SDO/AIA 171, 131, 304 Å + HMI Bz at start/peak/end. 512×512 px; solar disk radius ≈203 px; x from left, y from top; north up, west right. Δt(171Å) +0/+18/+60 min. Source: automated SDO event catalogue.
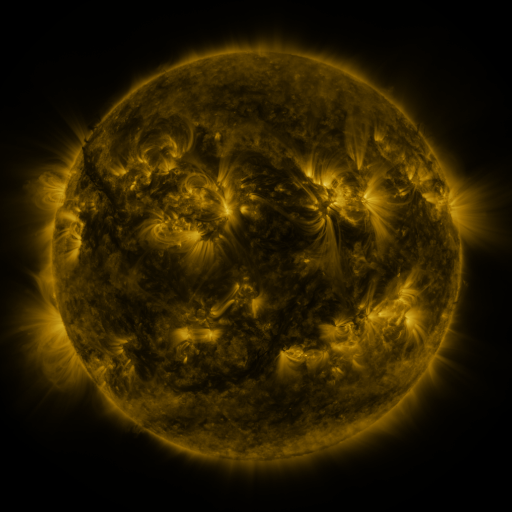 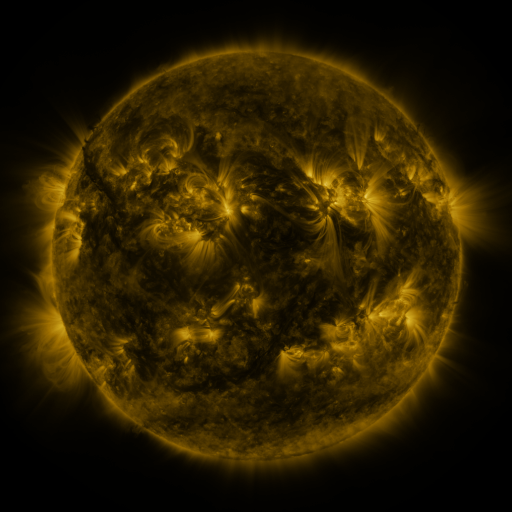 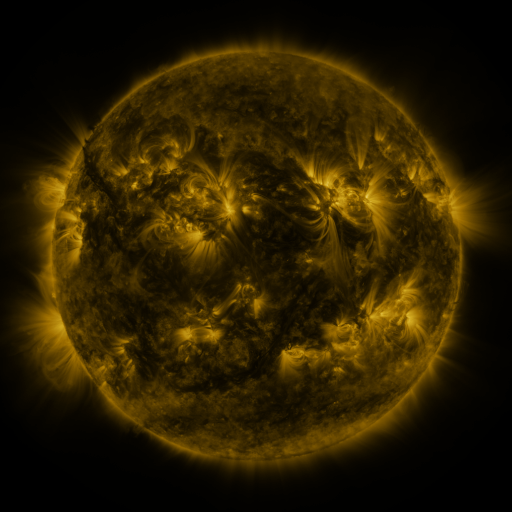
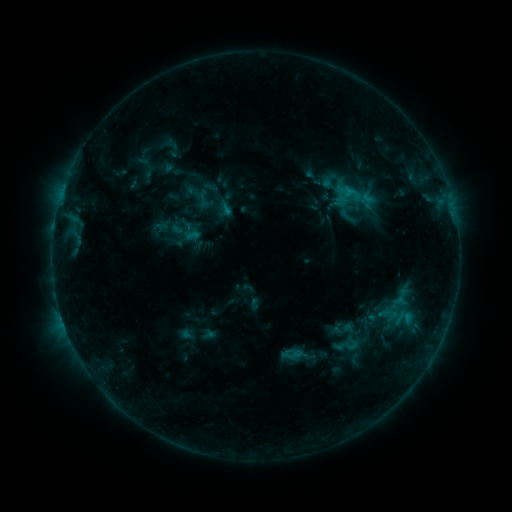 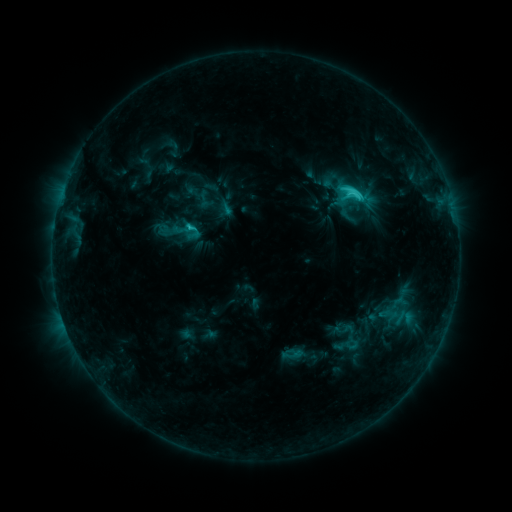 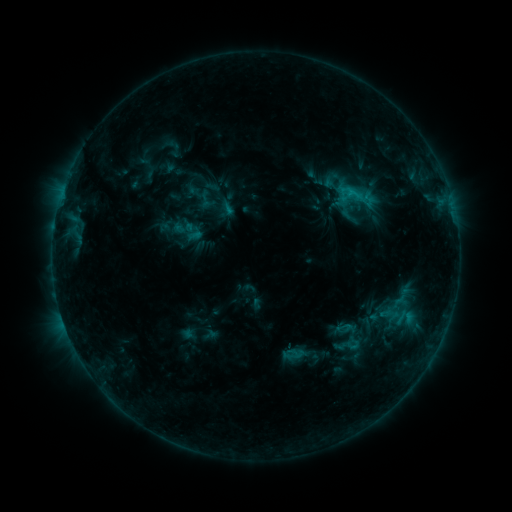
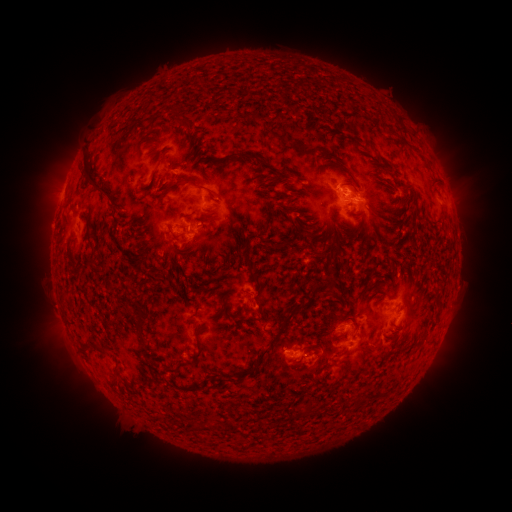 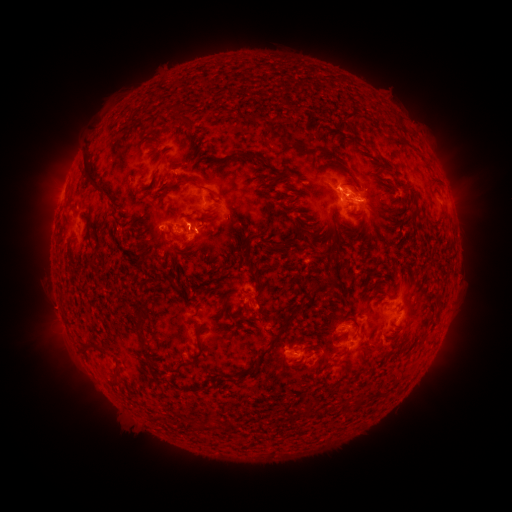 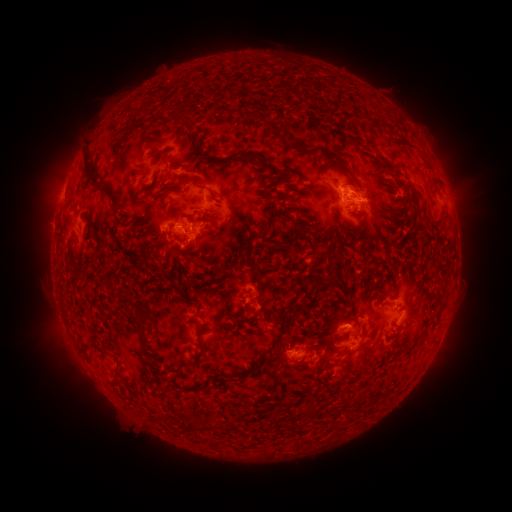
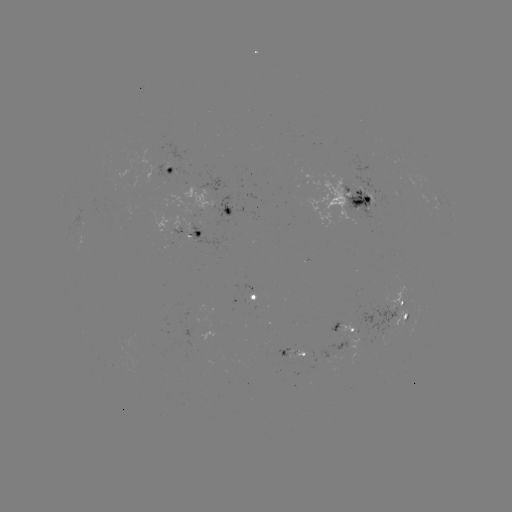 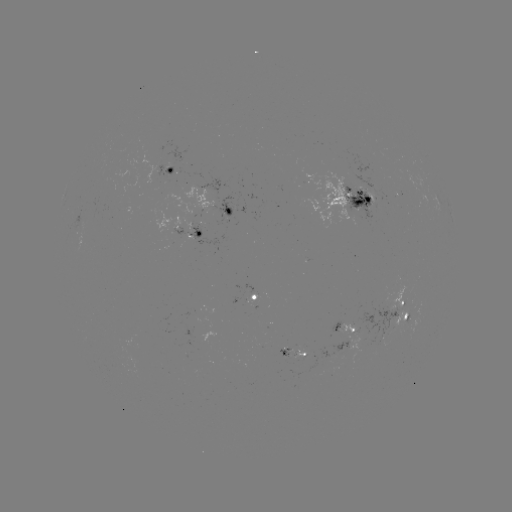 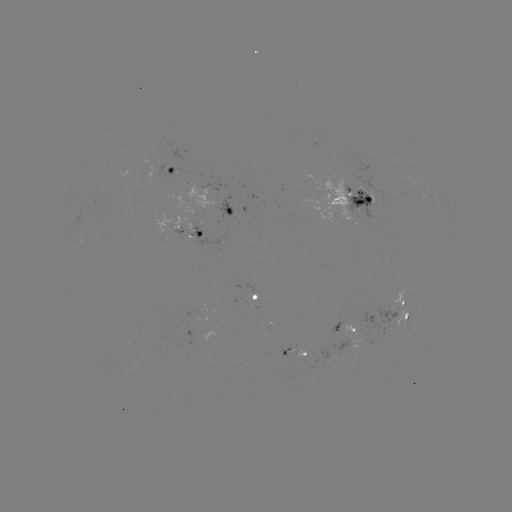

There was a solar flare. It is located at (354, 196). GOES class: C3.7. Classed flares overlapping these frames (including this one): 1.